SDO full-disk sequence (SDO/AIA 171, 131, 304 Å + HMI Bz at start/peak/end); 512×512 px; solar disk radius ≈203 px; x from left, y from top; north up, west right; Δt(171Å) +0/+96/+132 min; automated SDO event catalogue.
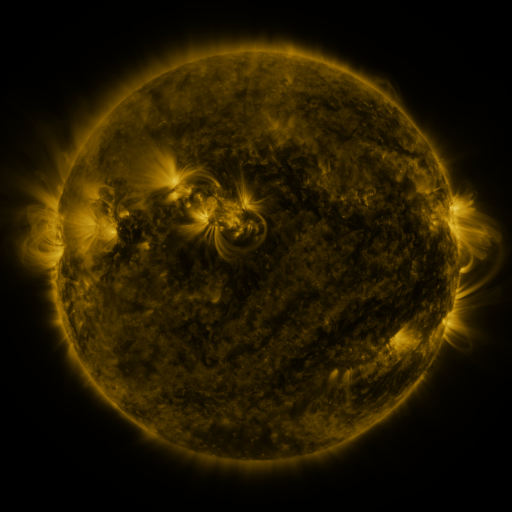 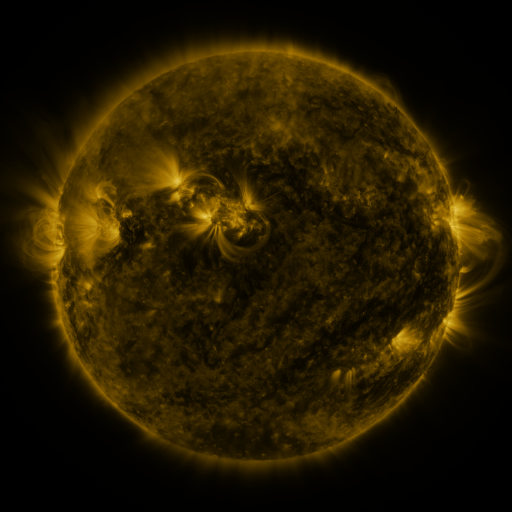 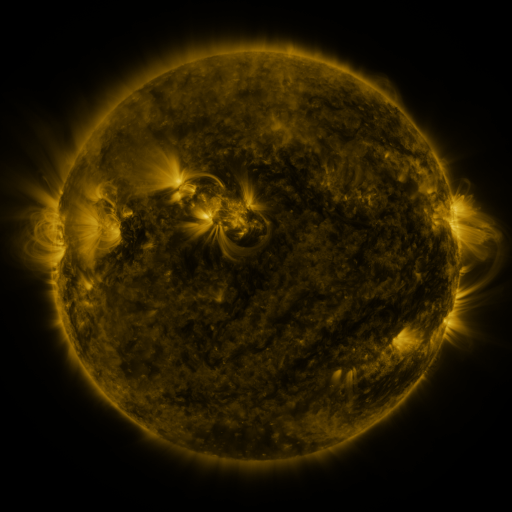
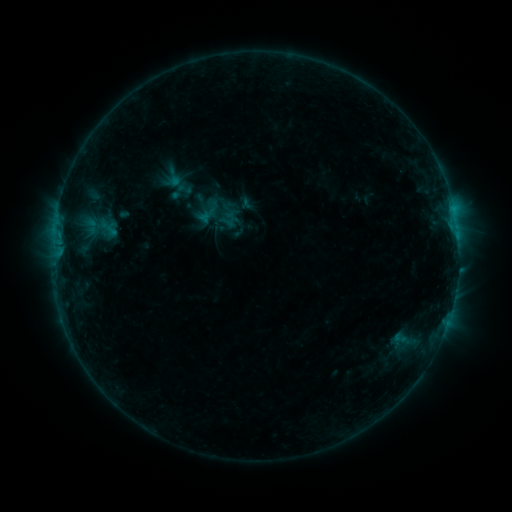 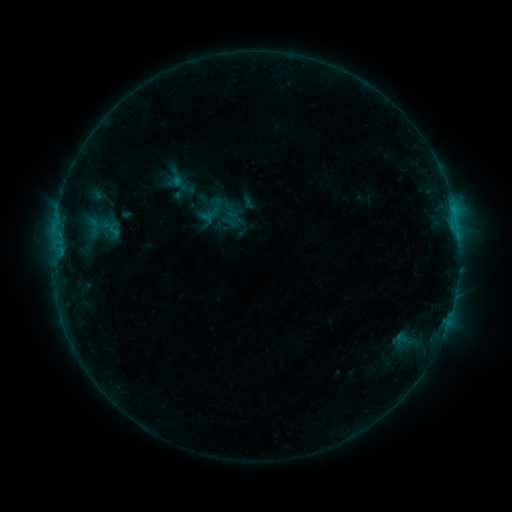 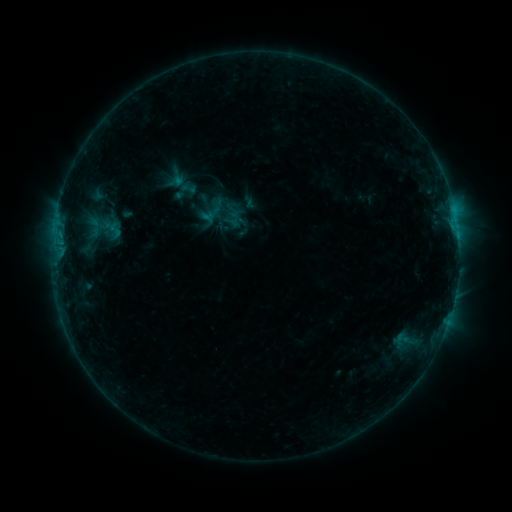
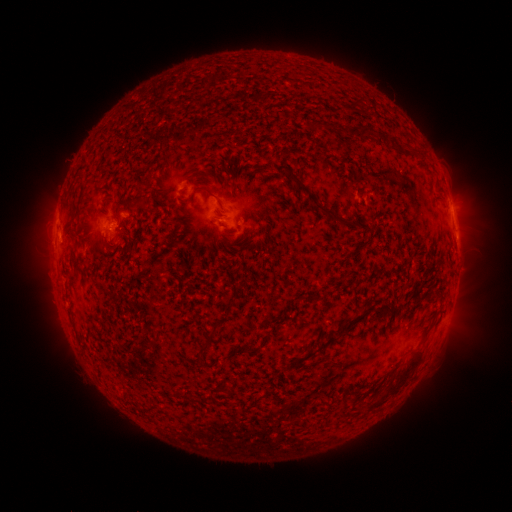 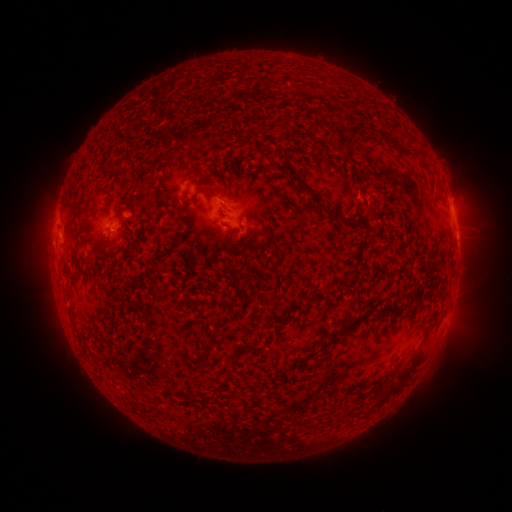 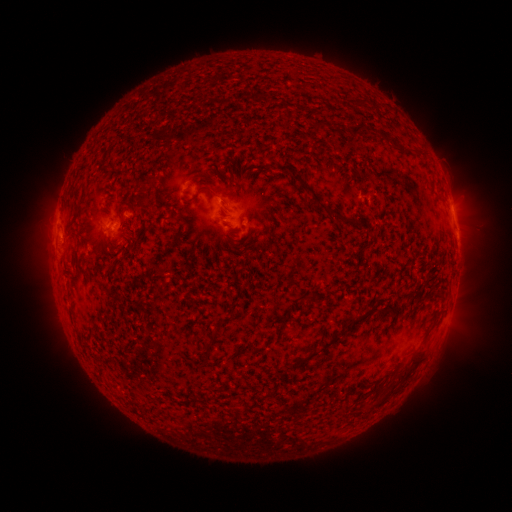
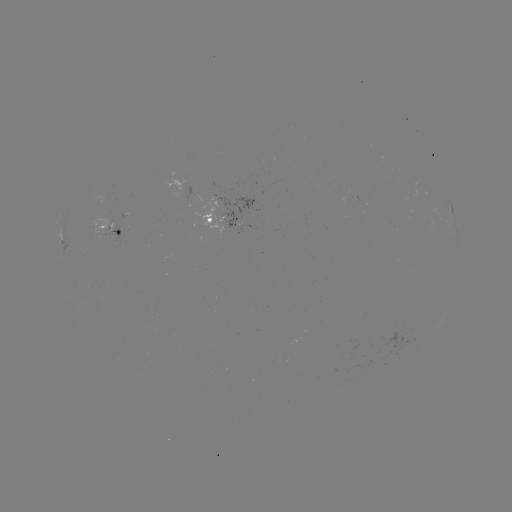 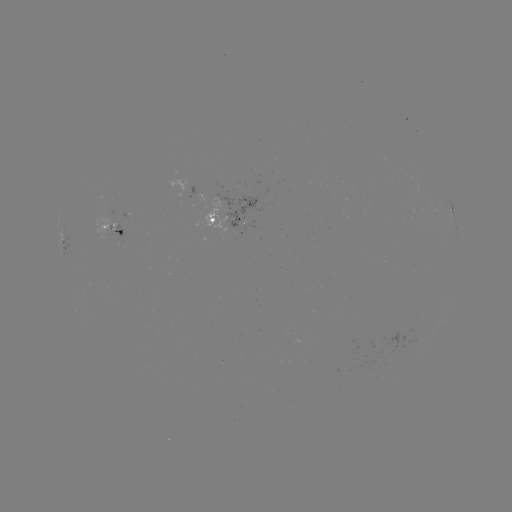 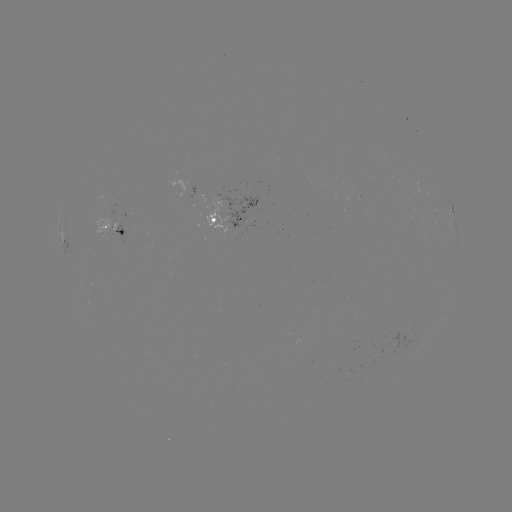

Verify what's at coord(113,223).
emerging-flux region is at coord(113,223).